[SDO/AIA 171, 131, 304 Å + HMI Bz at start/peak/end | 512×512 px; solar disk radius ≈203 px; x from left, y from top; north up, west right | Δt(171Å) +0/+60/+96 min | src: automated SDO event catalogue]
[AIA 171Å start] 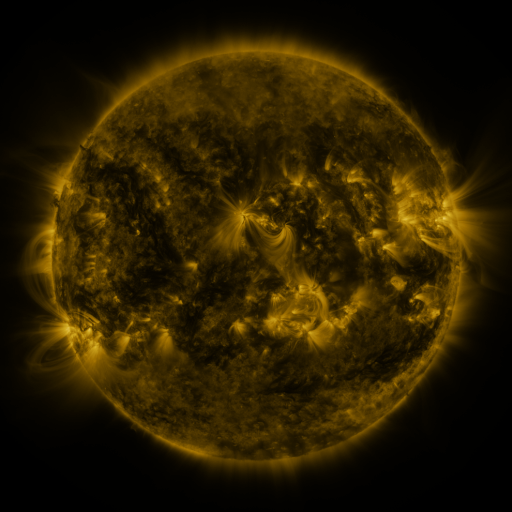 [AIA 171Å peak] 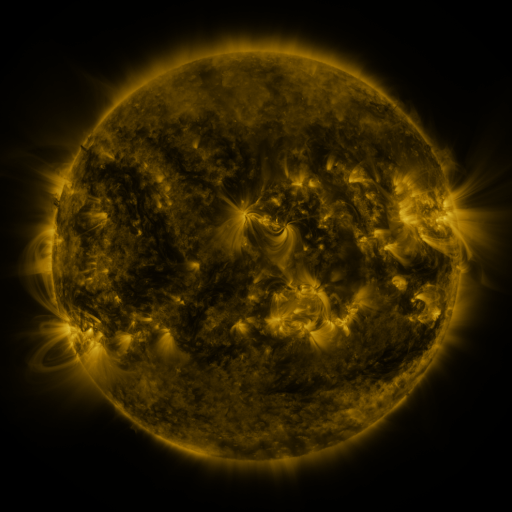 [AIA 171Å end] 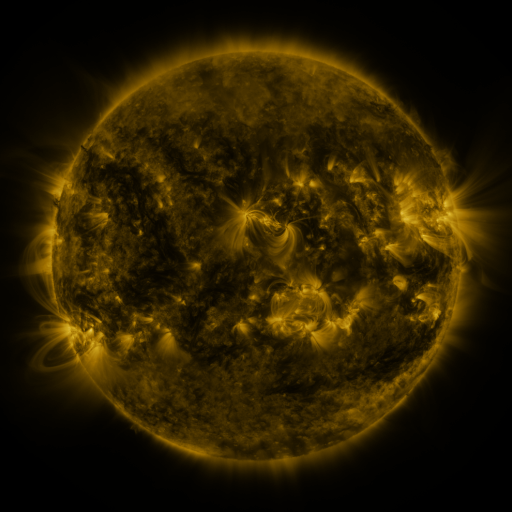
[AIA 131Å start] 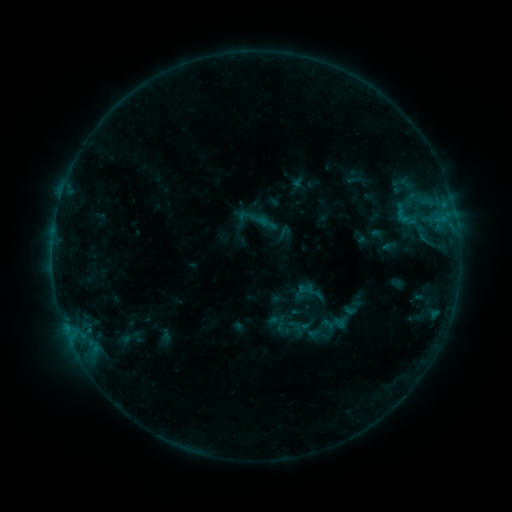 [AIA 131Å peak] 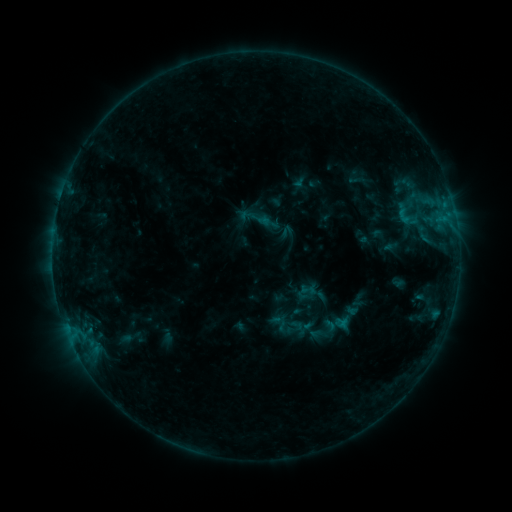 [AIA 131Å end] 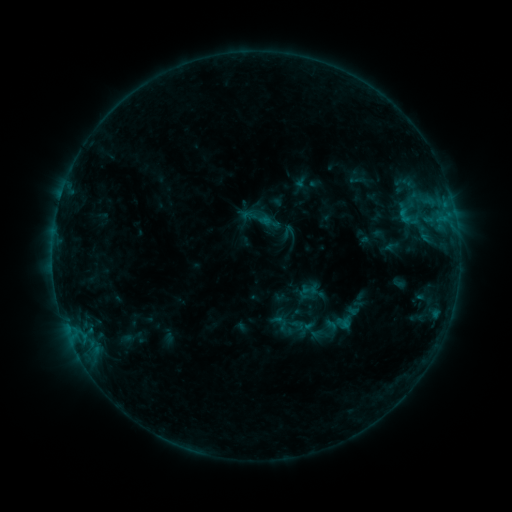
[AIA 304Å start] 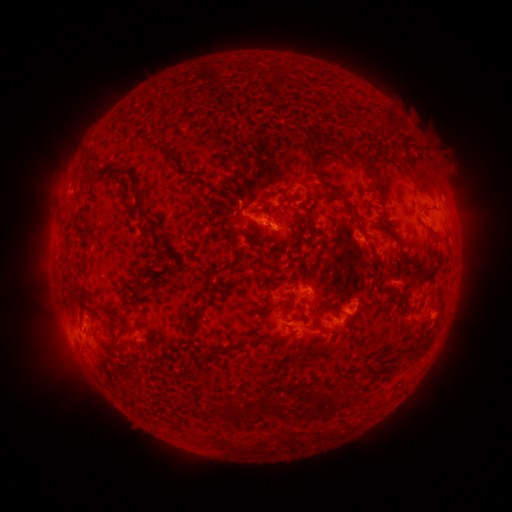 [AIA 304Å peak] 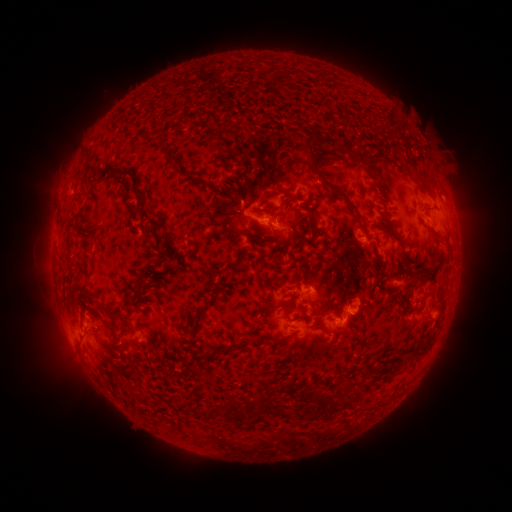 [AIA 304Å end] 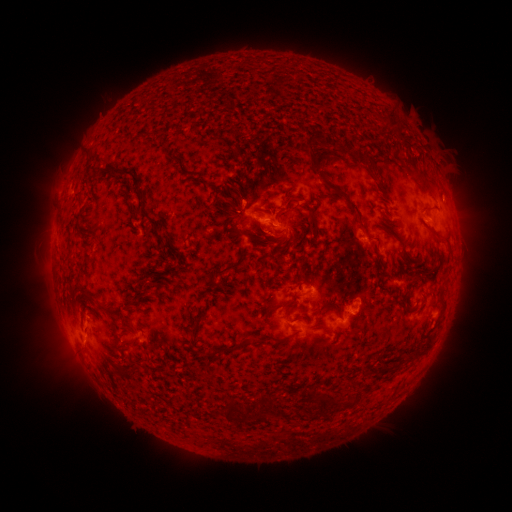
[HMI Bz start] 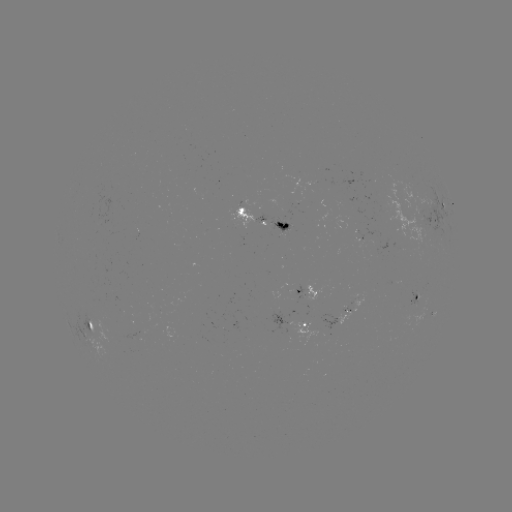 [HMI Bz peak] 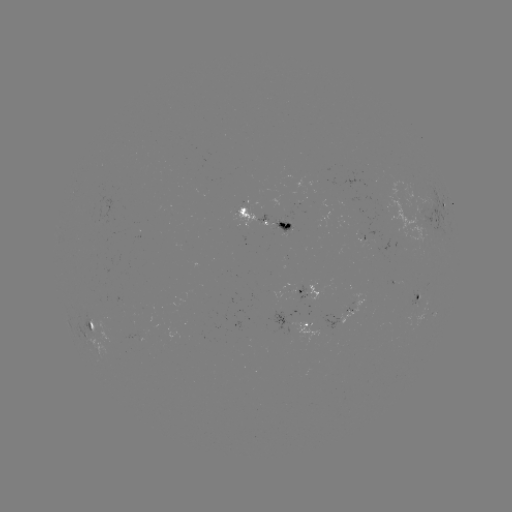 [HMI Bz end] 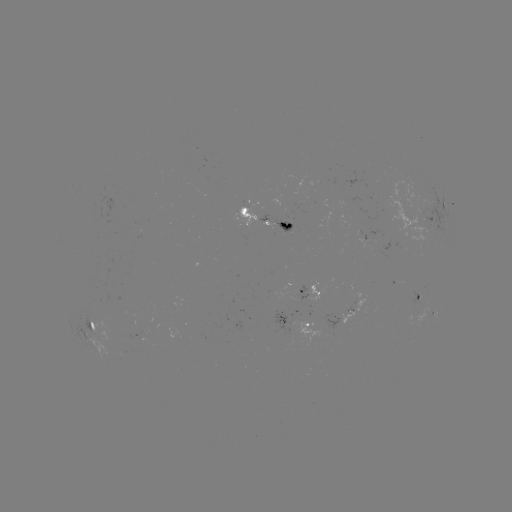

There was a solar emerging-flux region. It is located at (414, 307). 